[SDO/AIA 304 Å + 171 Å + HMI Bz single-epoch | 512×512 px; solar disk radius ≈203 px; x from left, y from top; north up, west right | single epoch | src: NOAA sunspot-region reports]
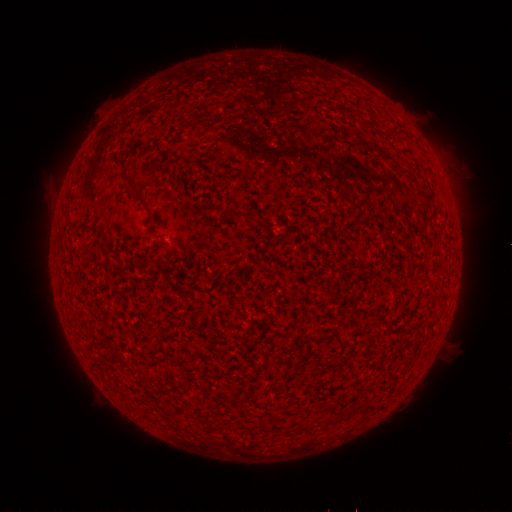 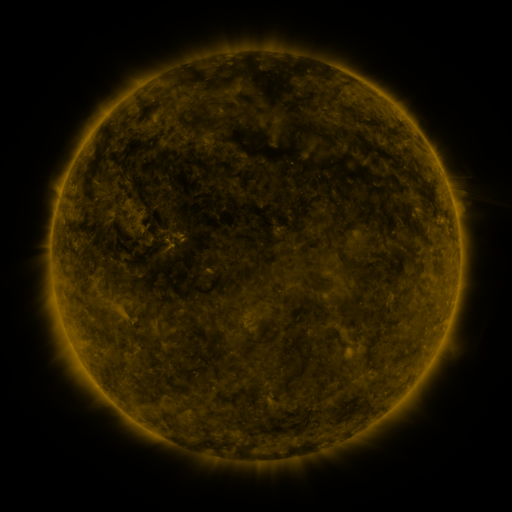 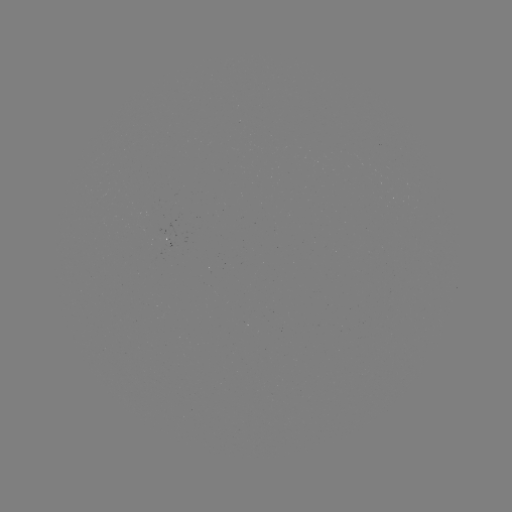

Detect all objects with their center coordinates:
(none)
